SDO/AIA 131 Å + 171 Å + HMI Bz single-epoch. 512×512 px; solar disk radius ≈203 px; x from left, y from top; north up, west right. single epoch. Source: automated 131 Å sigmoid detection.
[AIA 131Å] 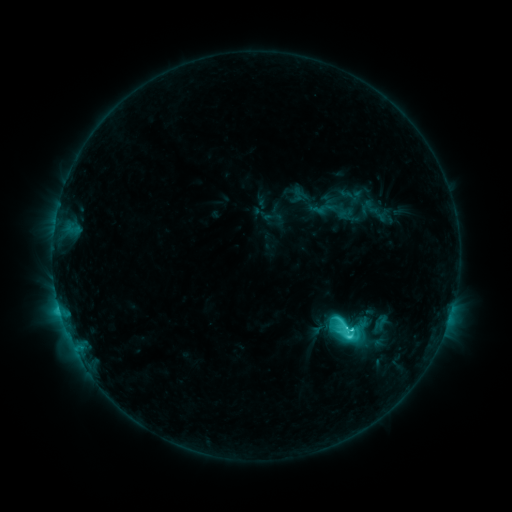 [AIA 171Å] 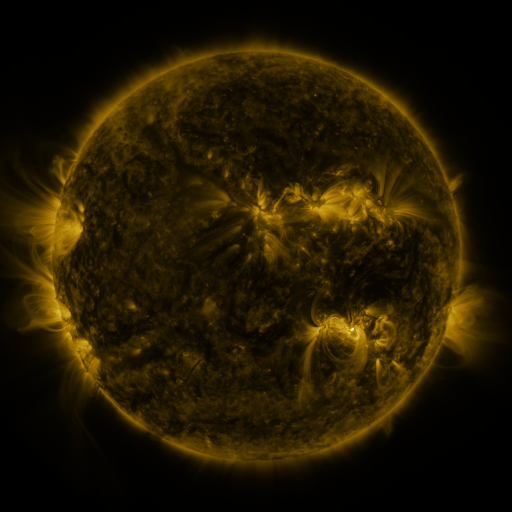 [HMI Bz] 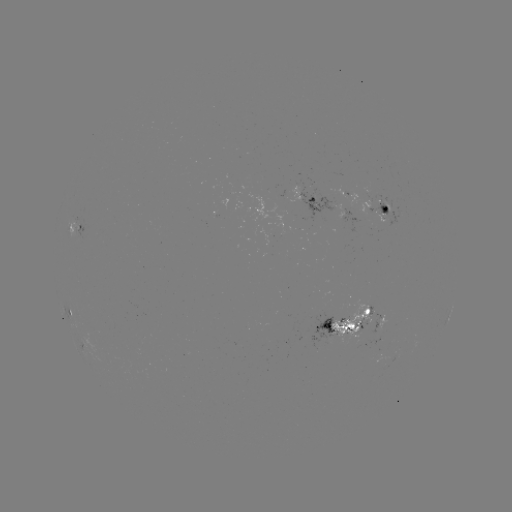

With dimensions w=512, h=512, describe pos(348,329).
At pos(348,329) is sigmoid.